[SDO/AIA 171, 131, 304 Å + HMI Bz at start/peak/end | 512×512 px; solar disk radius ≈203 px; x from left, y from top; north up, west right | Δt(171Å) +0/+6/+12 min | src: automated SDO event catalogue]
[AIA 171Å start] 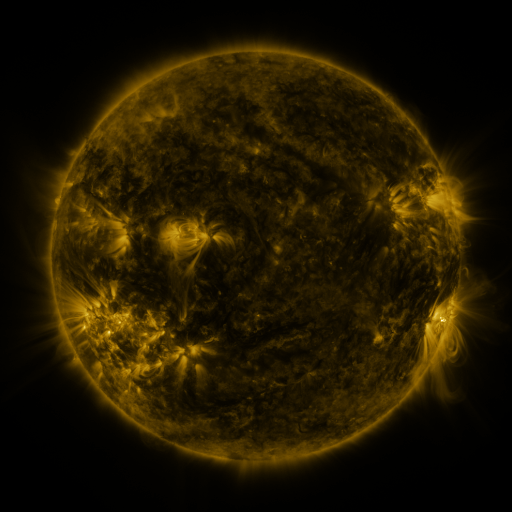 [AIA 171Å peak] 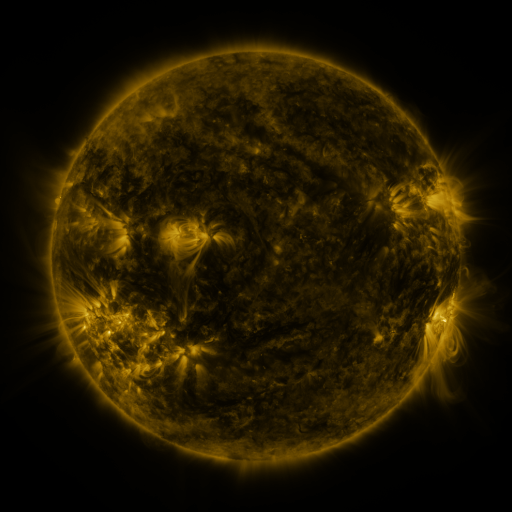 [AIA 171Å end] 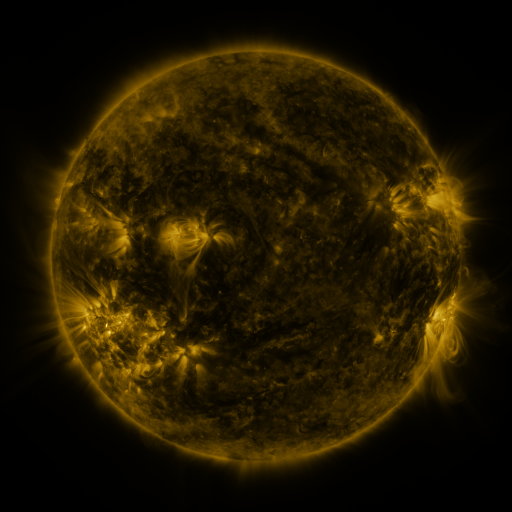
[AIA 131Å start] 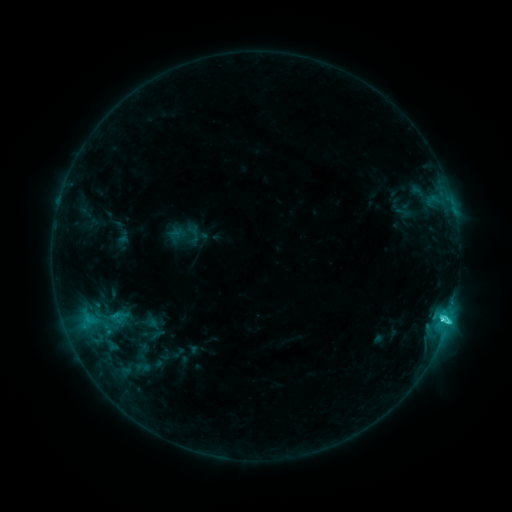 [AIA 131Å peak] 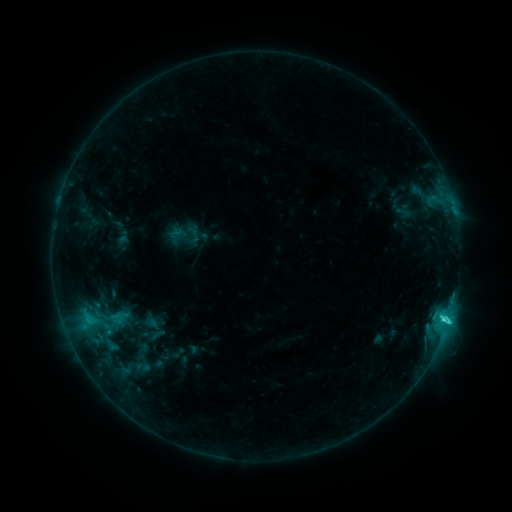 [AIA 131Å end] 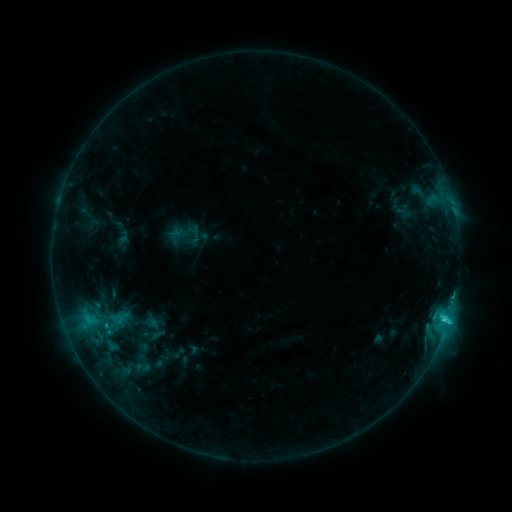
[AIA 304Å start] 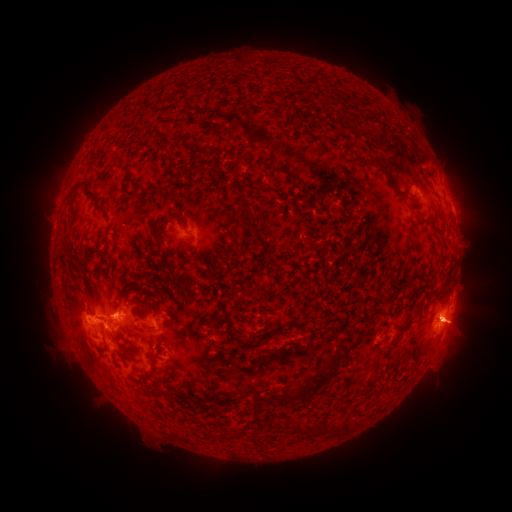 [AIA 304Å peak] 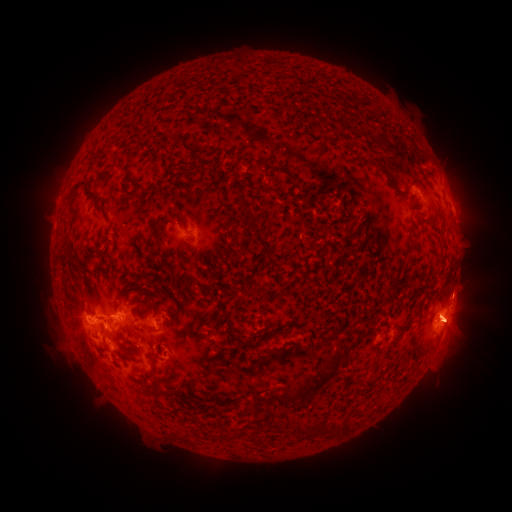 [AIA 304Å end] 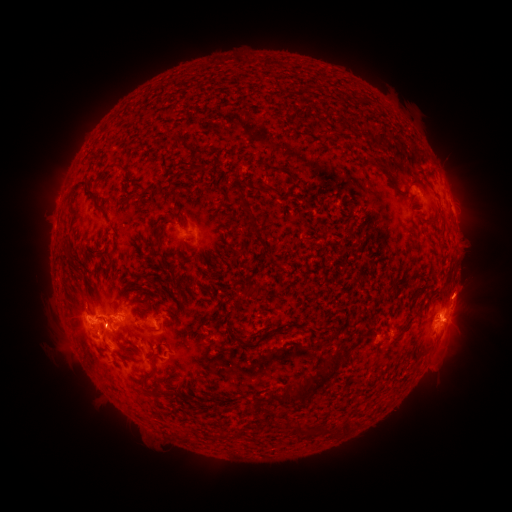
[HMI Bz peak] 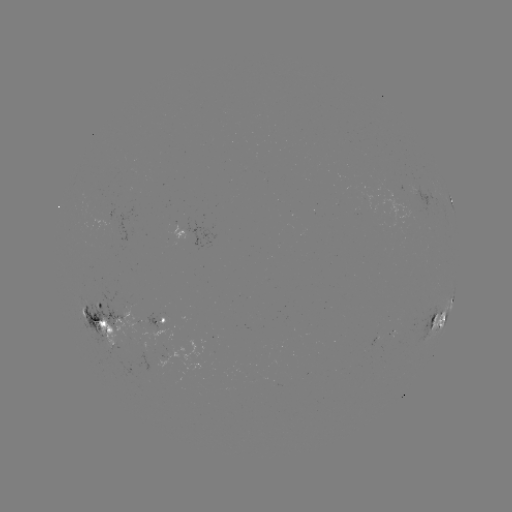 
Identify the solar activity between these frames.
eruption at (466, 289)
